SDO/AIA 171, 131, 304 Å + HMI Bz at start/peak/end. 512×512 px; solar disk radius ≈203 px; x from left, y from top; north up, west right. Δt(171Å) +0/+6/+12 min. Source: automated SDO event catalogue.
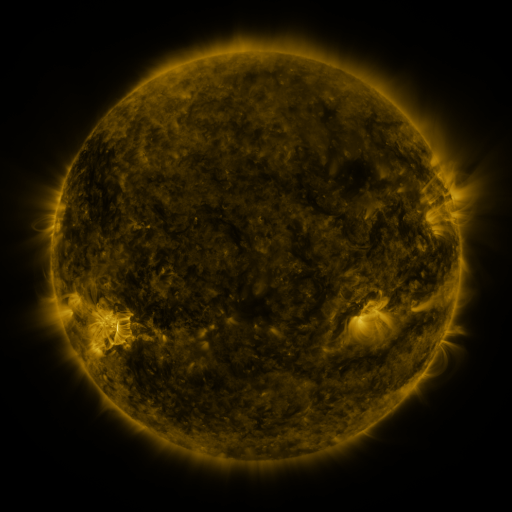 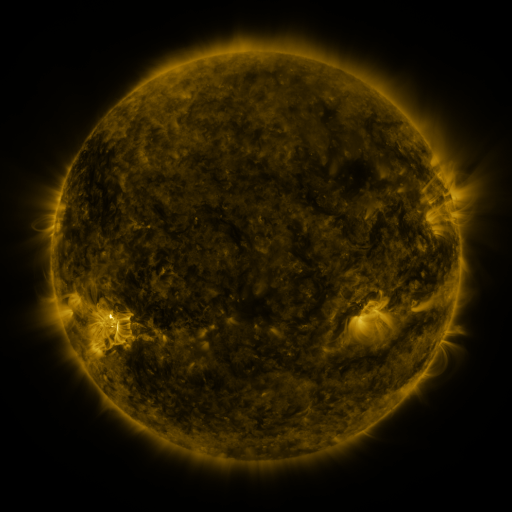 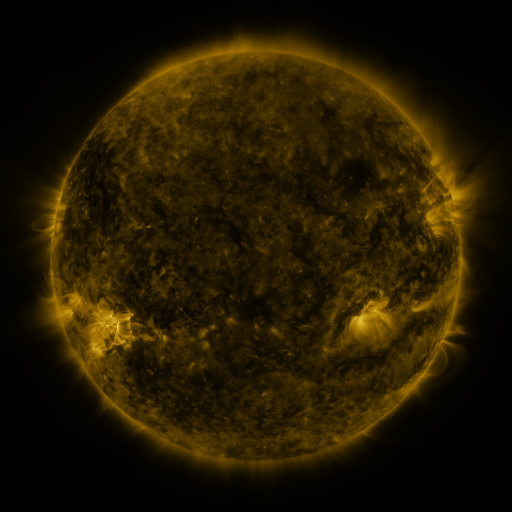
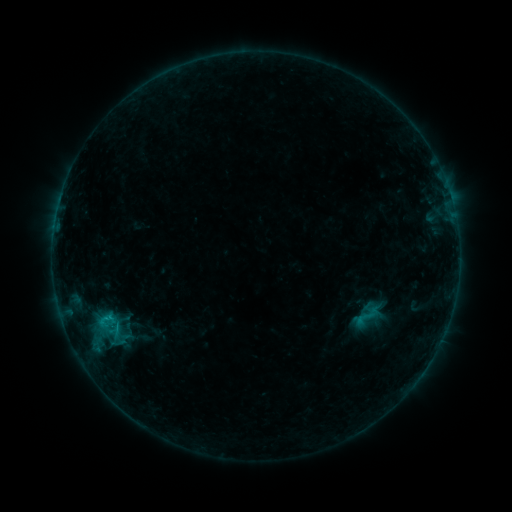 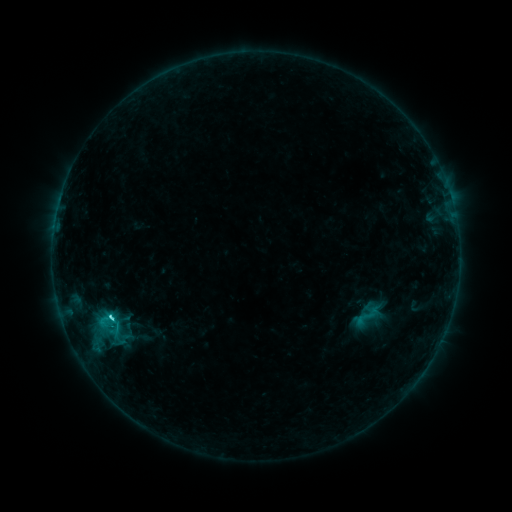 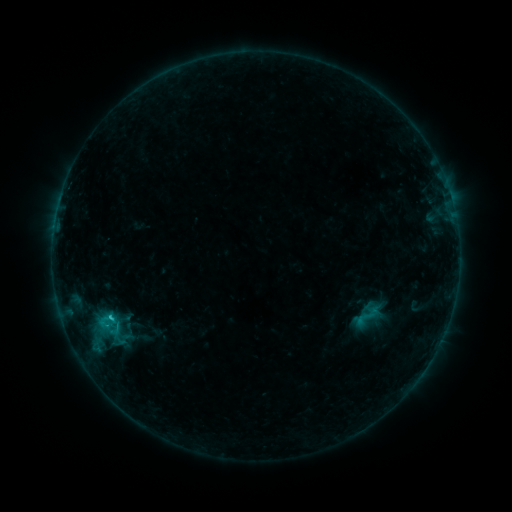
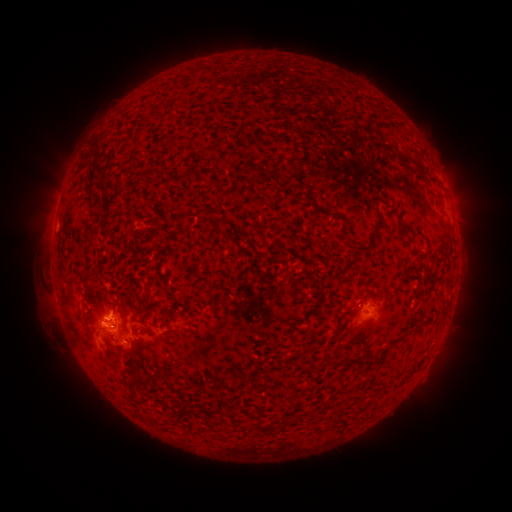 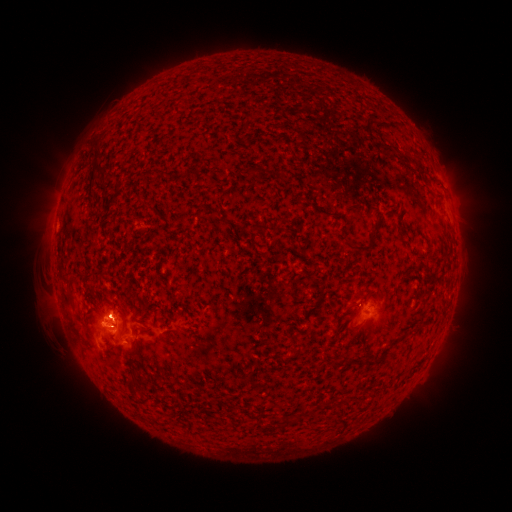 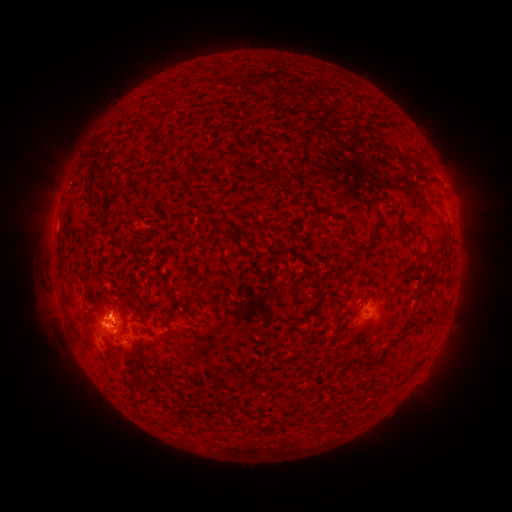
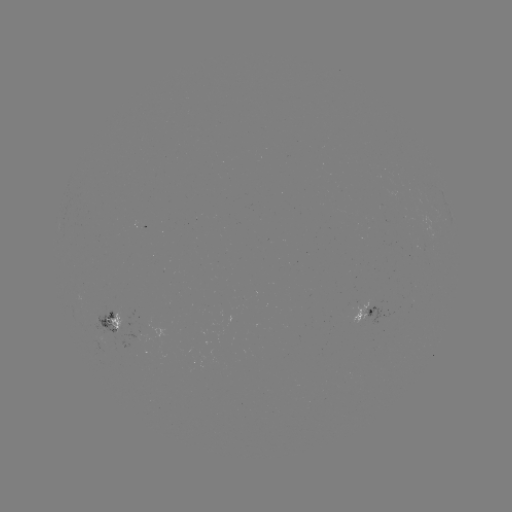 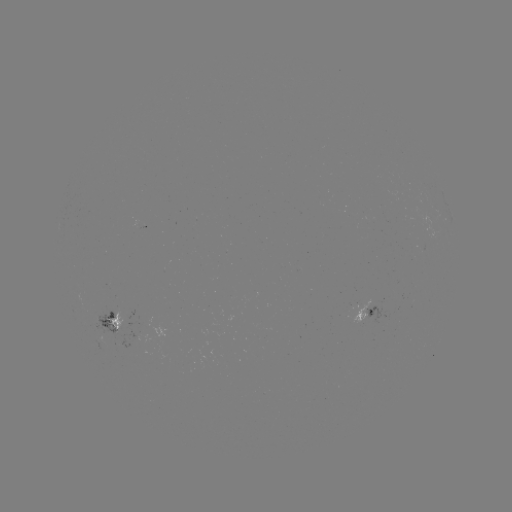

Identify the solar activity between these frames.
C1.6 flare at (113, 317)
